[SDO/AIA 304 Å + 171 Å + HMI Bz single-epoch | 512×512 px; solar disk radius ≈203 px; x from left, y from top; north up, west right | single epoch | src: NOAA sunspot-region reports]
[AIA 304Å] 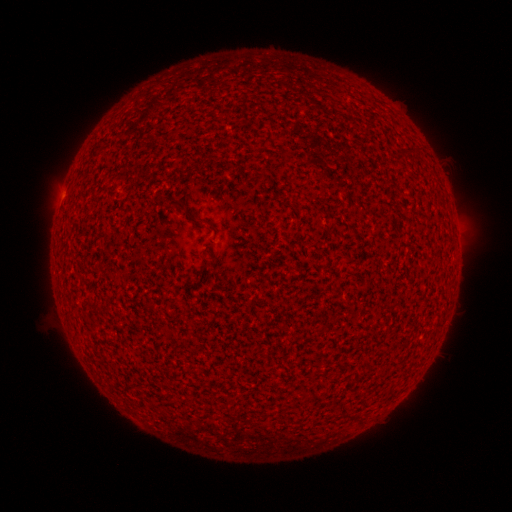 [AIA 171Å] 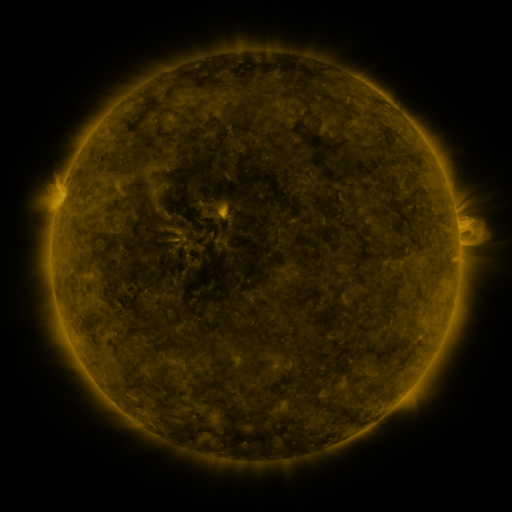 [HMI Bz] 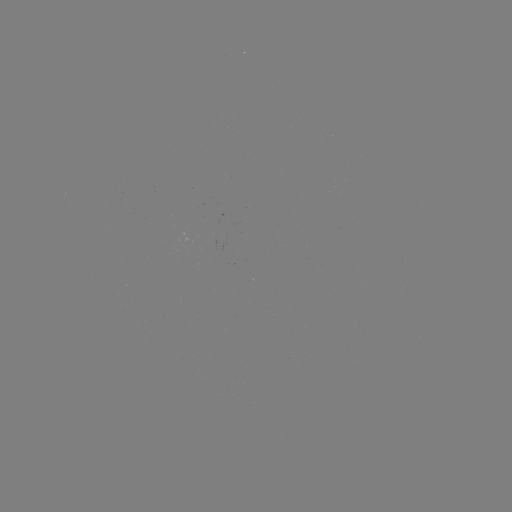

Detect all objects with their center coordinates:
(none)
